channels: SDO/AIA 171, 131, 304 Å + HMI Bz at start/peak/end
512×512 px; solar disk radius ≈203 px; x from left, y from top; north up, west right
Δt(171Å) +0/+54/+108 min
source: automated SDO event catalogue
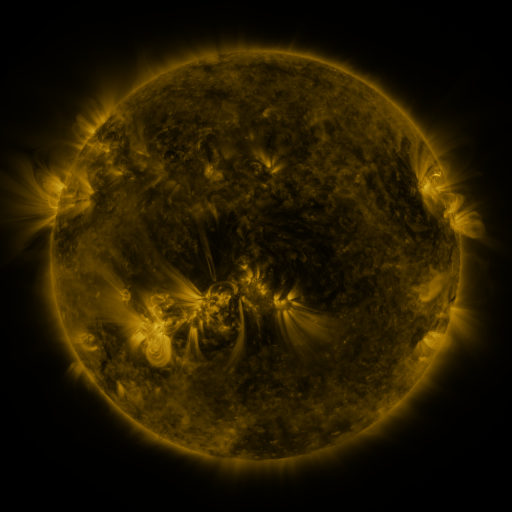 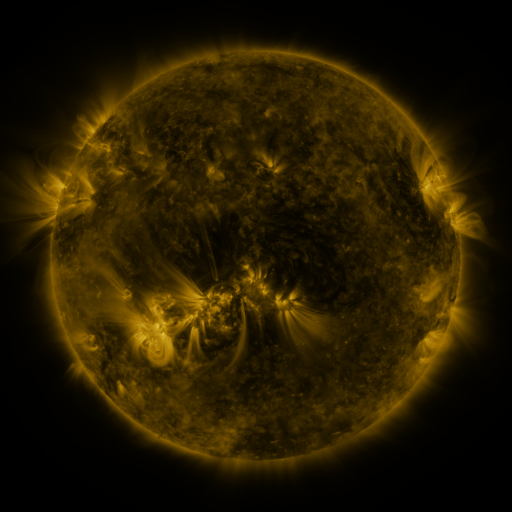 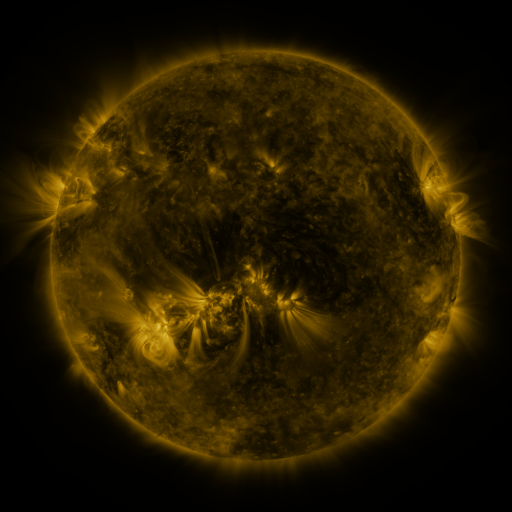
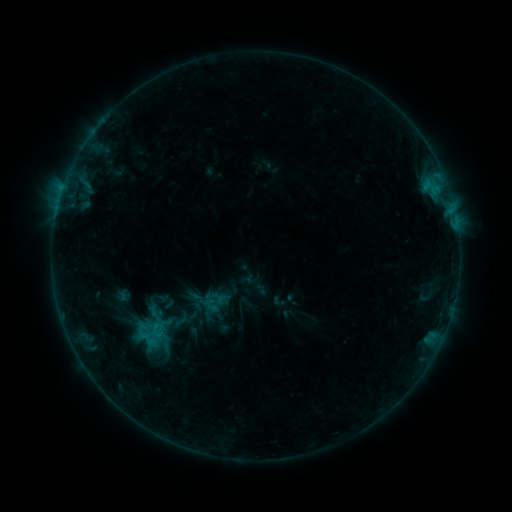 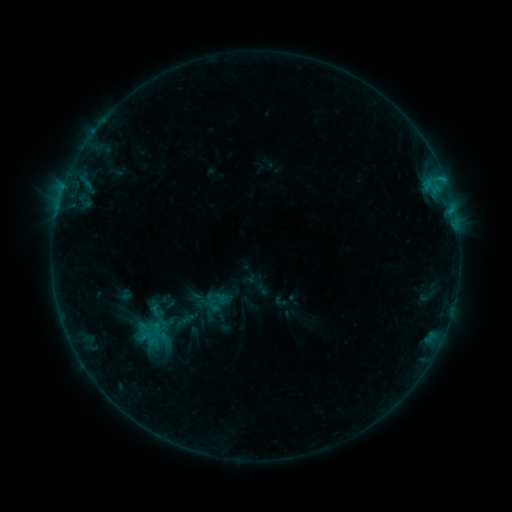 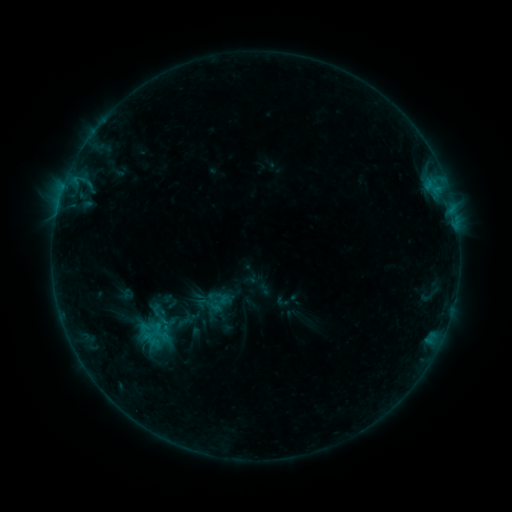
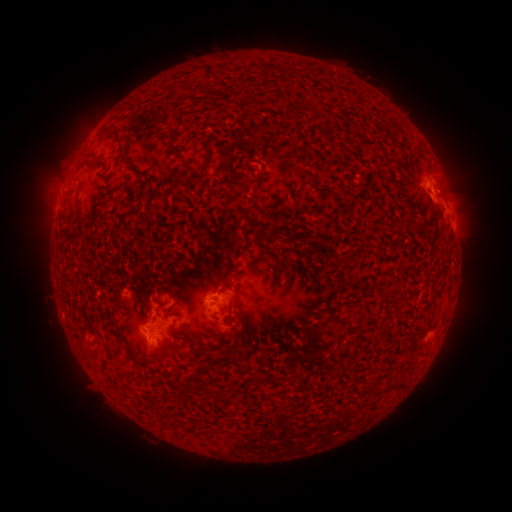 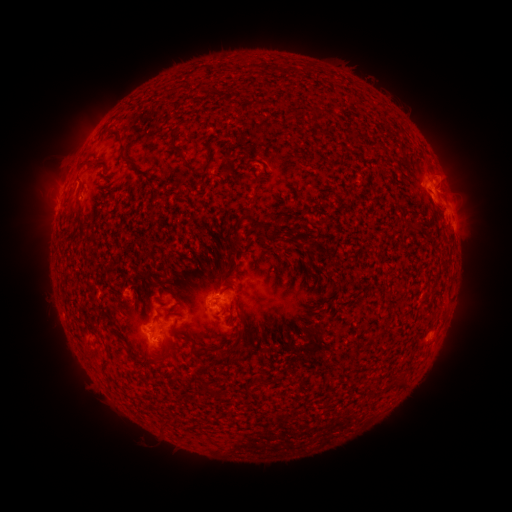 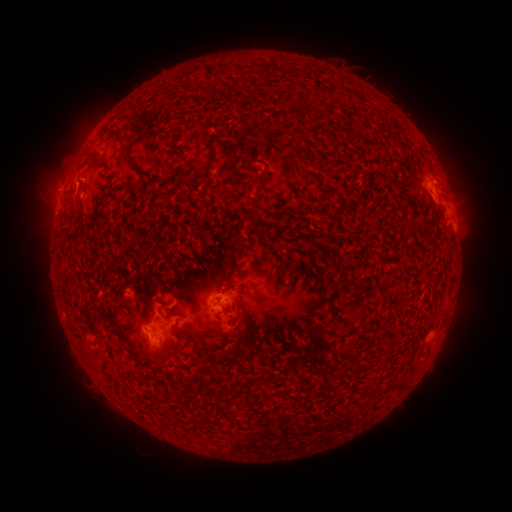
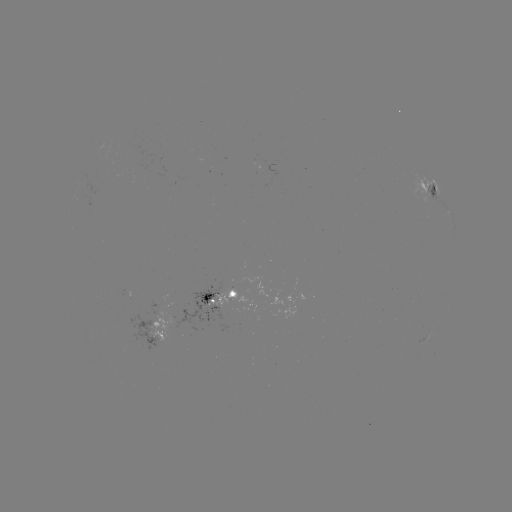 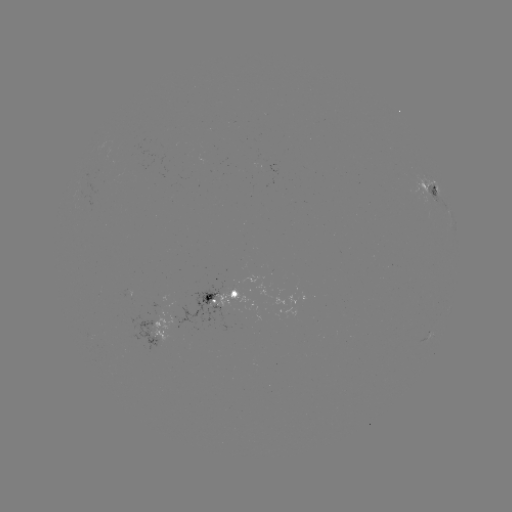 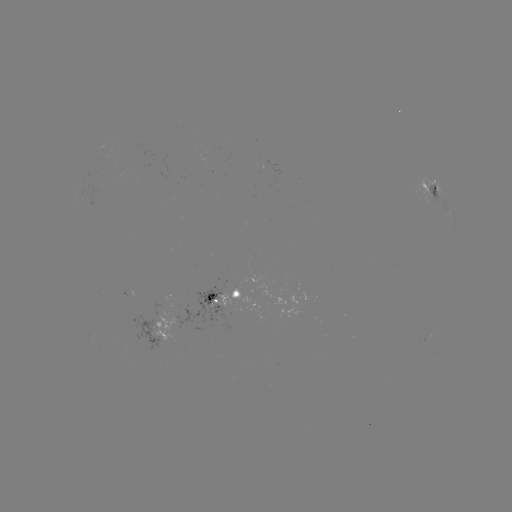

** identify filament eruption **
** (58, 164) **